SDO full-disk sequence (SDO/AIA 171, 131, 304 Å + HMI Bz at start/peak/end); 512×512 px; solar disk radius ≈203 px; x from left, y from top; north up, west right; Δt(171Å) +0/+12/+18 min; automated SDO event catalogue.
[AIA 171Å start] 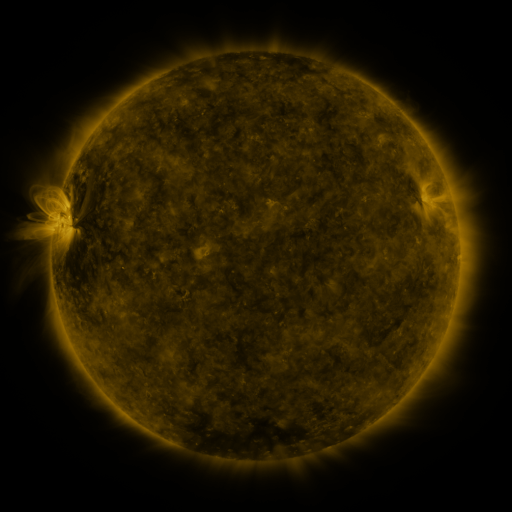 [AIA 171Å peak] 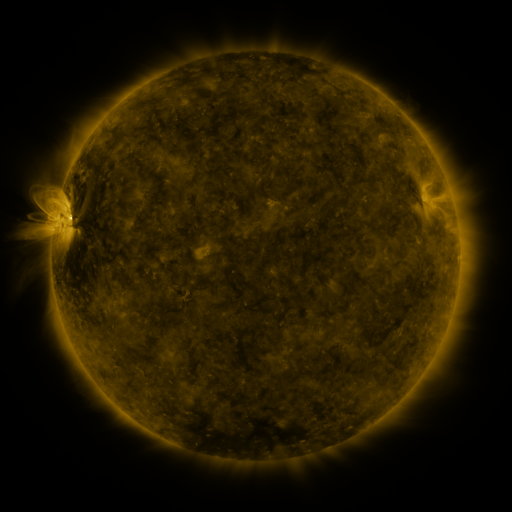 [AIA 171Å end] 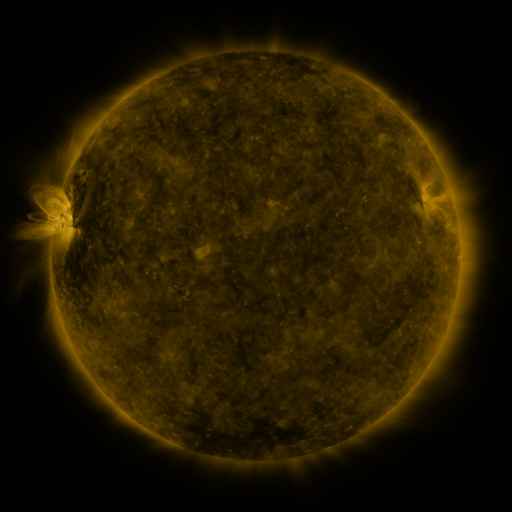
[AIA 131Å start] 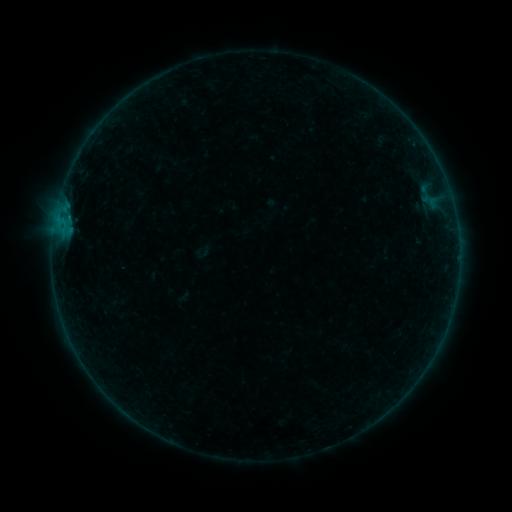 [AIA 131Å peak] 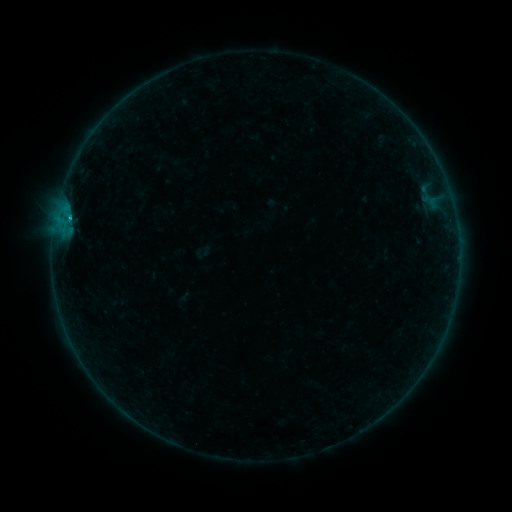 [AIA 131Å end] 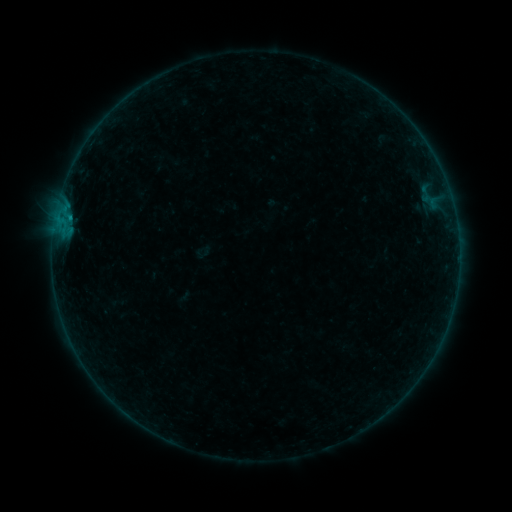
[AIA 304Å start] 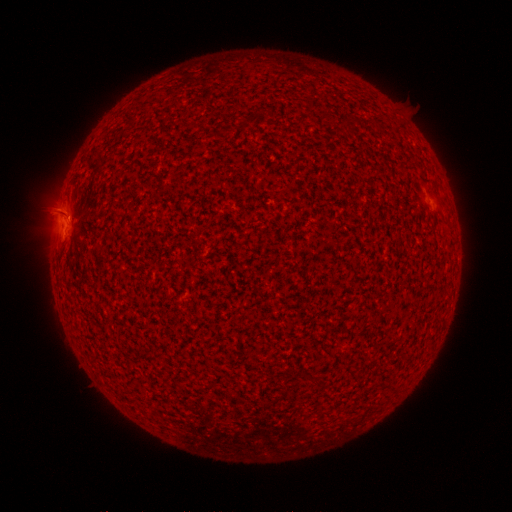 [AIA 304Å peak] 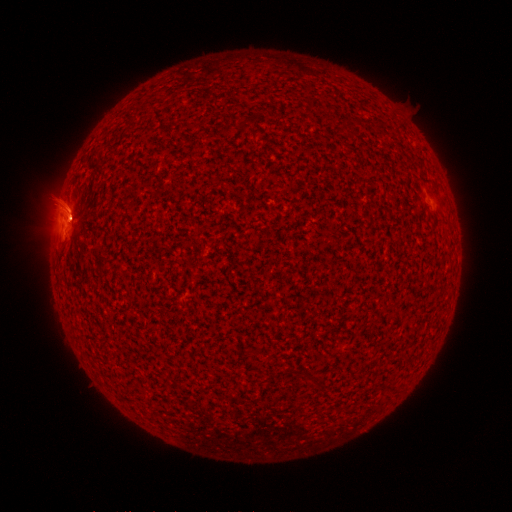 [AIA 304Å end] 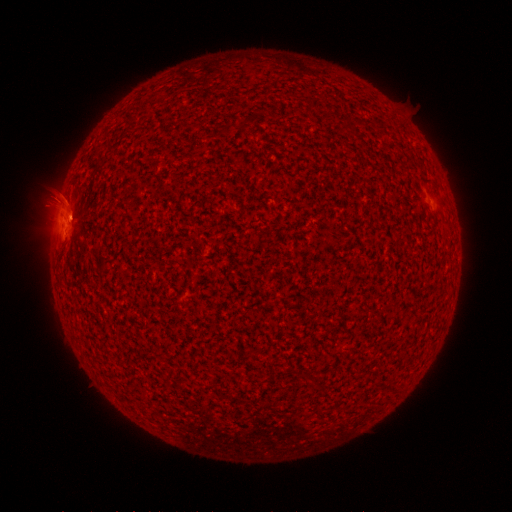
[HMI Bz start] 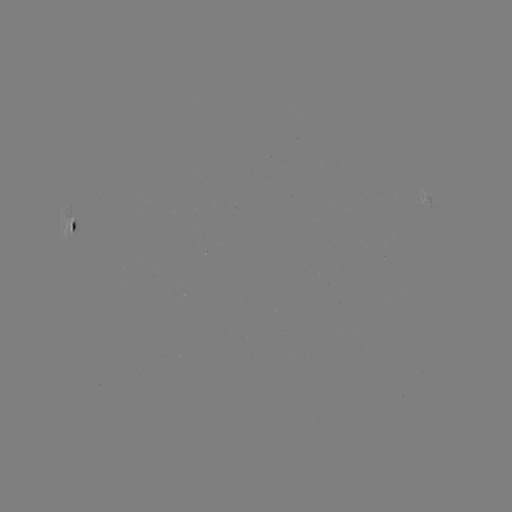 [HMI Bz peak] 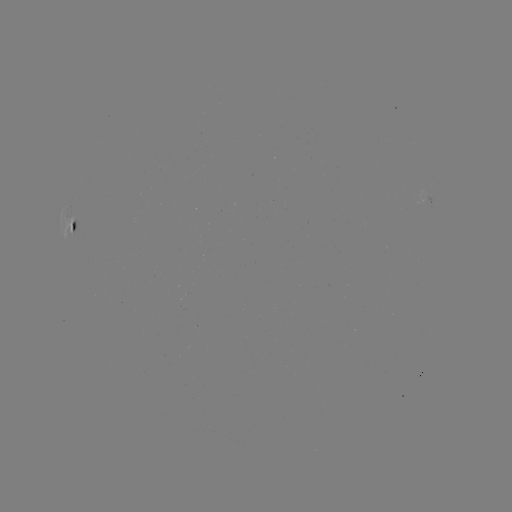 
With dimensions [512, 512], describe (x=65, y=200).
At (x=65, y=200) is eruption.